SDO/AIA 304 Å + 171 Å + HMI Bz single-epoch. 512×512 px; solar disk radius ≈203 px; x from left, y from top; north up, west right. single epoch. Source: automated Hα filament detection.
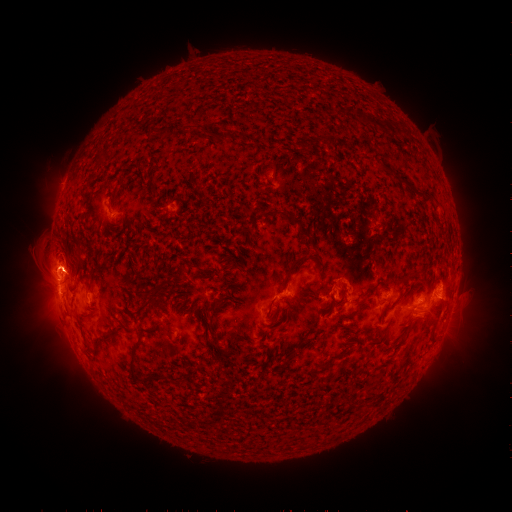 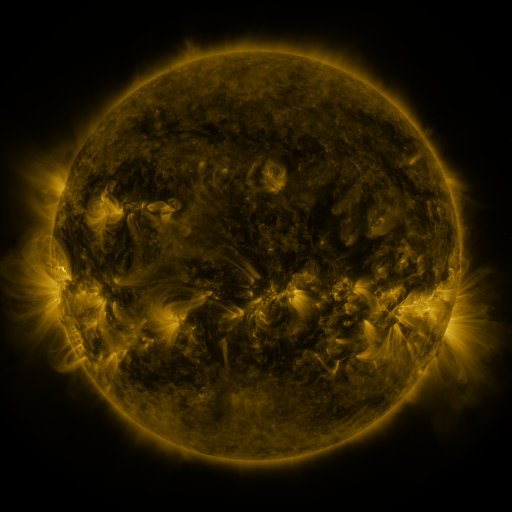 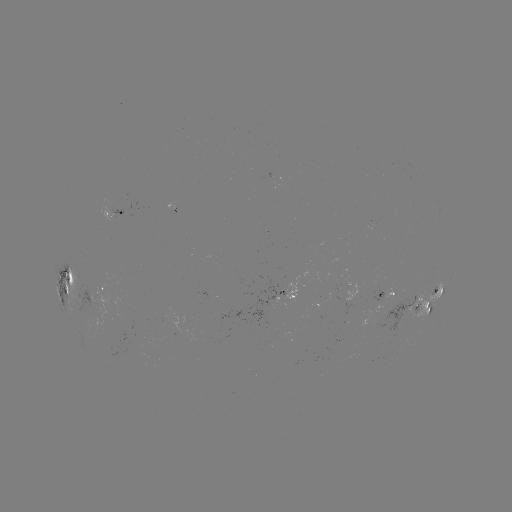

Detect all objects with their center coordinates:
filament: [214, 132, 232, 142]
filament: [421, 196, 432, 204]
filament: [292, 214, 311, 240]
filament: [285, 254, 310, 281]
filament: [74, 262, 83, 276]
filament: [85, 279, 92, 291]
filament: [63, 284, 70, 296]
filament: [147, 294, 154, 305]
filament: [78, 311, 90, 318]
filament: [268, 323, 280, 334]
filament: [127, 343, 137, 379]
